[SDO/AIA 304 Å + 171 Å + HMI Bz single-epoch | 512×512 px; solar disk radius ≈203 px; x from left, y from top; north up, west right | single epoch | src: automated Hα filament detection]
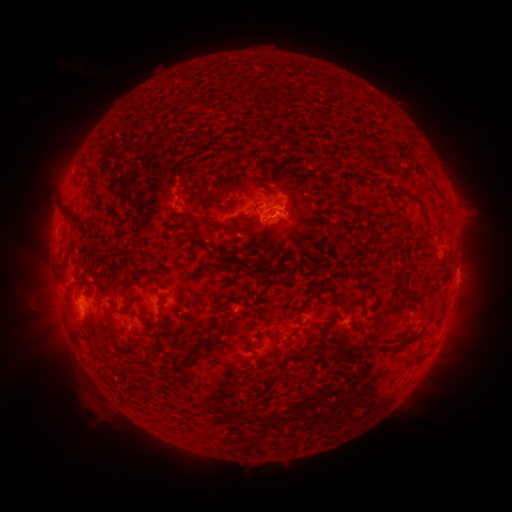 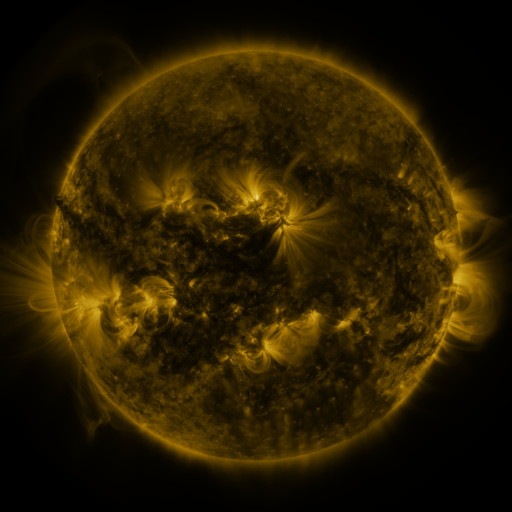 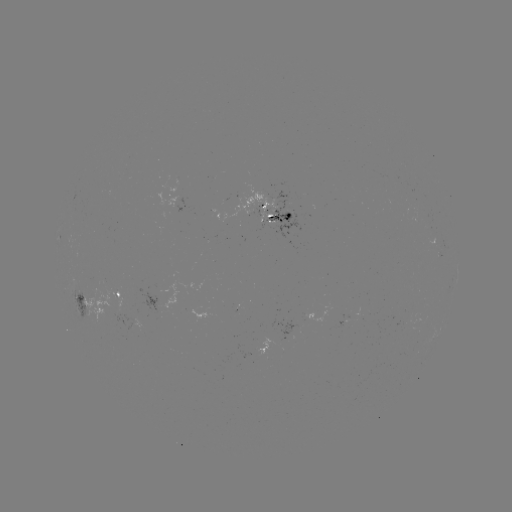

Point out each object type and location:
filament: <bbox>101, 171, 109, 183</bbox>
filament: <bbox>153, 179, 168, 202</bbox>
filament: <bbox>277, 179, 286, 187</bbox>
filament: <bbox>63, 184, 86, 223</bbox>
filament: <bbox>152, 194, 178, 212</bbox>
filament: <bbox>140, 195, 148, 205</bbox>
filament: <bbox>405, 200, 413, 209</bbox>
filament: <bbox>217, 206, 227, 217</bbox>
filament: <bbox>261, 218, 271, 228</bbox>
filament: <bbox>60, 233, 79, 259</bbox>
filament: <bbox>60, 267, 78, 300</bbox>
filament: <bbox>132, 285, 159, 317</bbox>
filament: <bbox>89, 288, 115, 321</bbox>
filament: <bbox>70, 300, 80, 318</bbox>
filament: <bbox>110, 315, 133, 334</bbox>
filament: <bbox>118, 333, 130, 344</bbox>
filament: <bbox>221, 358, 234, 366</bbox>
